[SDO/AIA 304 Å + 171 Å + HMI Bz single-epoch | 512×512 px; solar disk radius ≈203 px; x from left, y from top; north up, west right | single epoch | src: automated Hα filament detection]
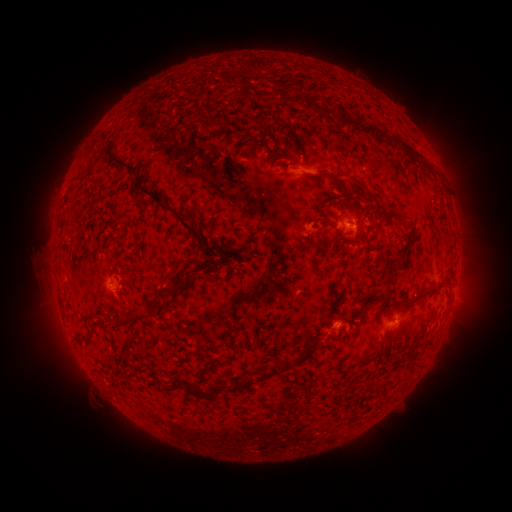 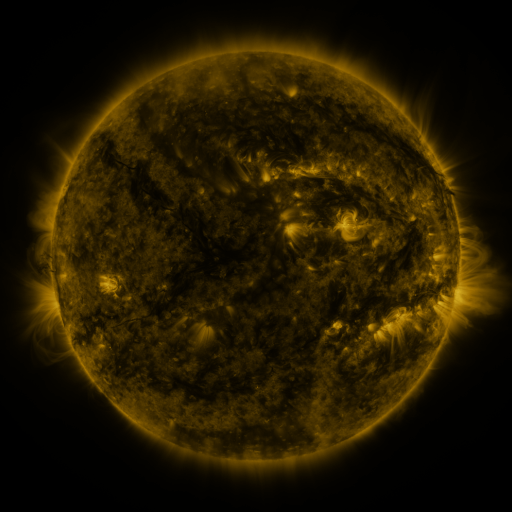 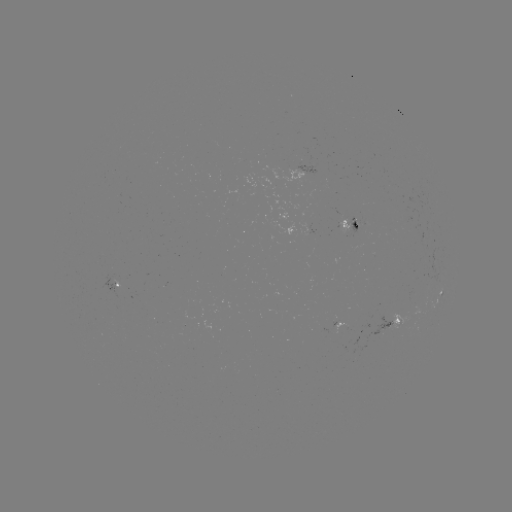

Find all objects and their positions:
filament: (303, 95)
filament: (265, 101)
filament: (347, 117)
filament: (208, 118)
filament: (365, 127)
filament: (270, 134)
filament: (291, 143)
filament: (405, 146)
filament: (230, 163)
filament: (120, 165)
filament: (329, 175)
filament: (360, 183)
filament: (232, 203)
filament: (382, 211)
filament: (180, 220)
filament: (316, 220)
filament: (318, 245)
filament: (293, 254)
filament: (401, 258)
filament: (425, 290)
filament: (158, 295)
filament: (127, 322)
filament: (83, 336)
filament: (300, 358)
filament: (272, 372)
filament: (245, 384)
filament: (217, 390)
